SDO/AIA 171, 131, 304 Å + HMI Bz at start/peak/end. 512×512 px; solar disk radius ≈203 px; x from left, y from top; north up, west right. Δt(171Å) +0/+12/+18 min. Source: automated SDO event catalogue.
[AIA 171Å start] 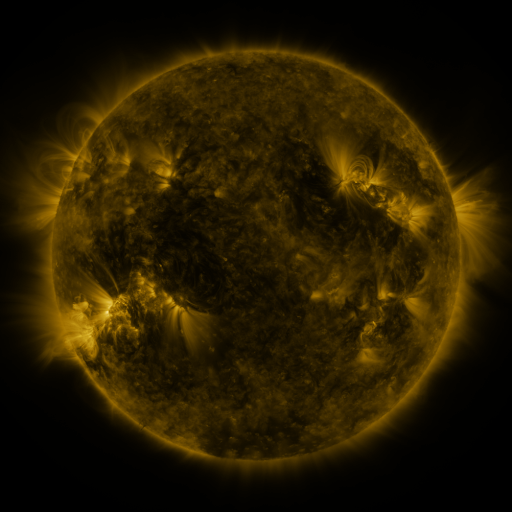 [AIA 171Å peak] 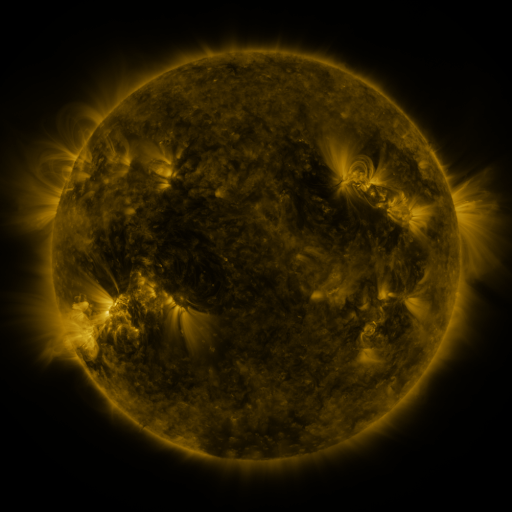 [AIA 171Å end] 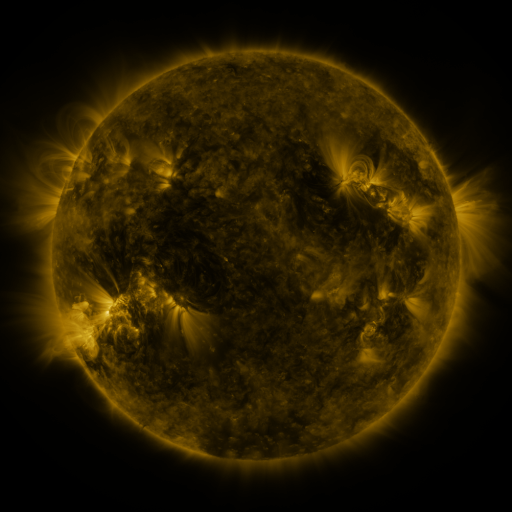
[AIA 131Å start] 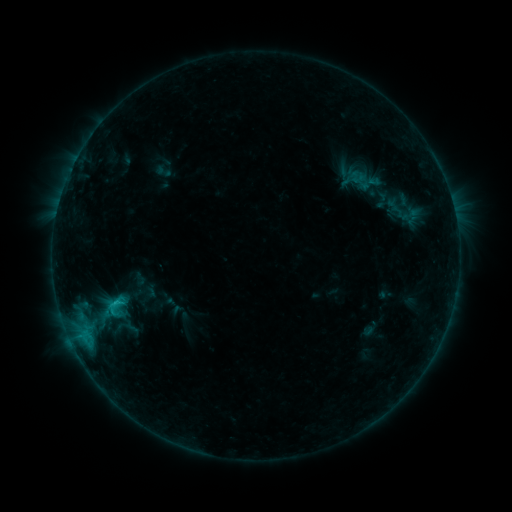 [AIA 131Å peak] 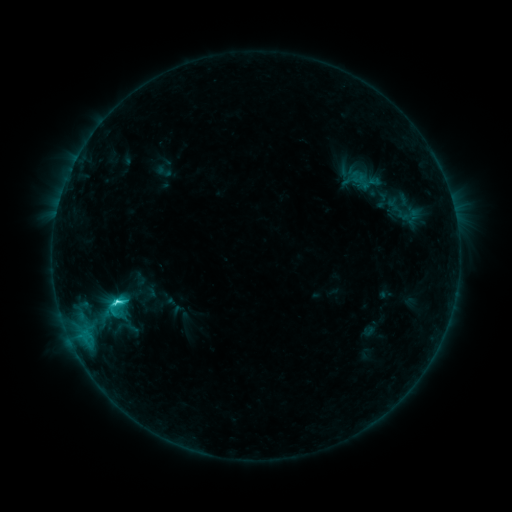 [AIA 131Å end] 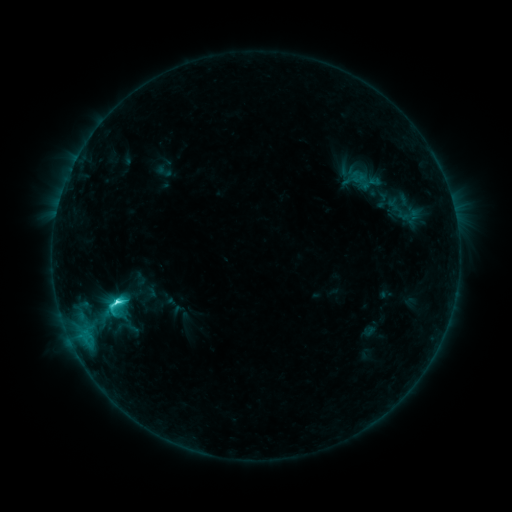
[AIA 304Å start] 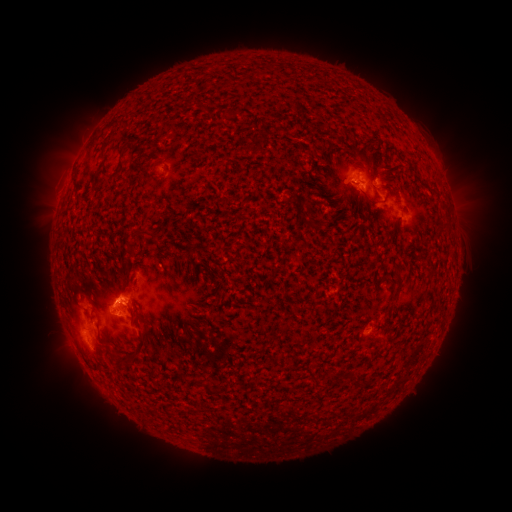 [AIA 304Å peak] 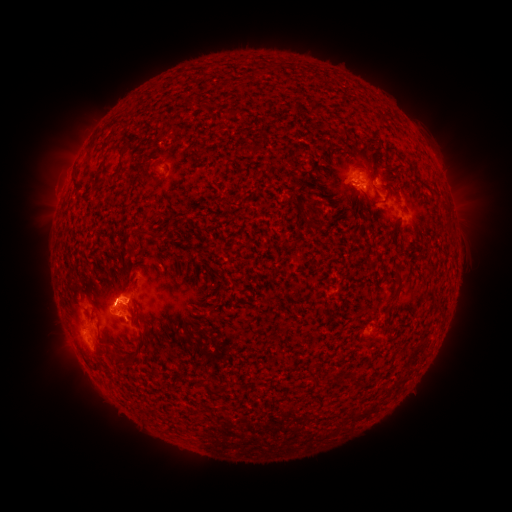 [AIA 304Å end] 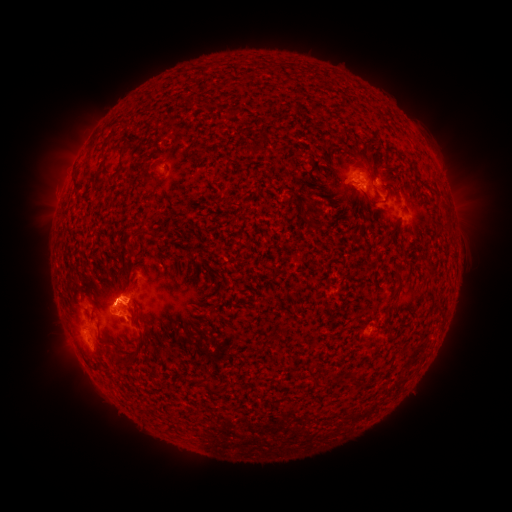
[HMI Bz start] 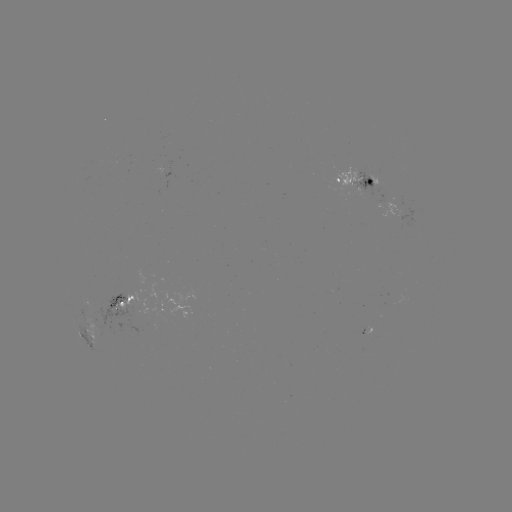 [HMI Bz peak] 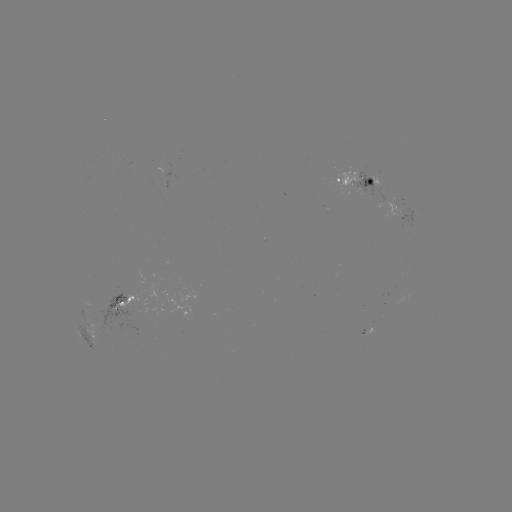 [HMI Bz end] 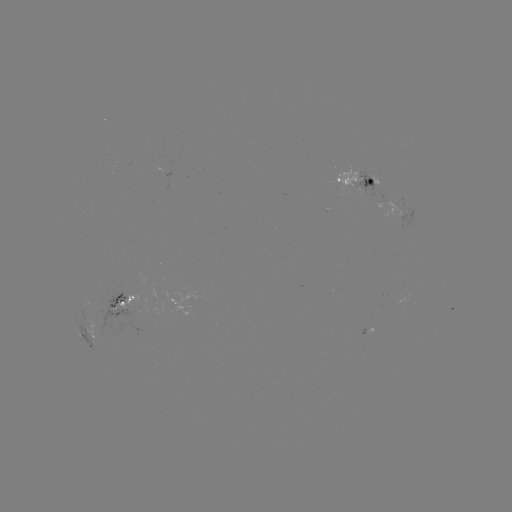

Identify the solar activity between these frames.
C4.5 flare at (119, 299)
